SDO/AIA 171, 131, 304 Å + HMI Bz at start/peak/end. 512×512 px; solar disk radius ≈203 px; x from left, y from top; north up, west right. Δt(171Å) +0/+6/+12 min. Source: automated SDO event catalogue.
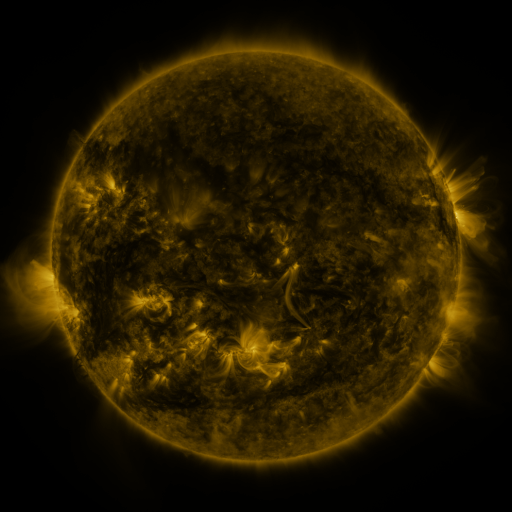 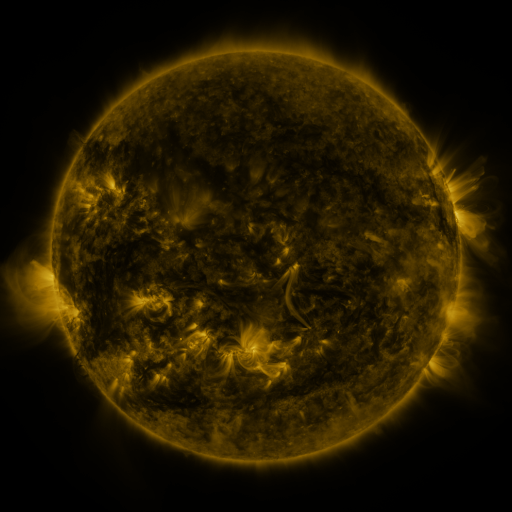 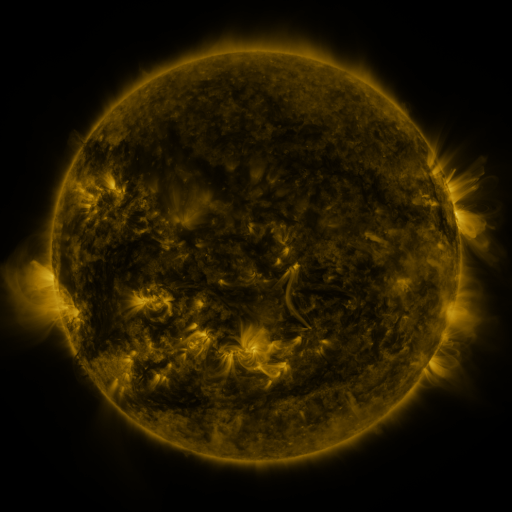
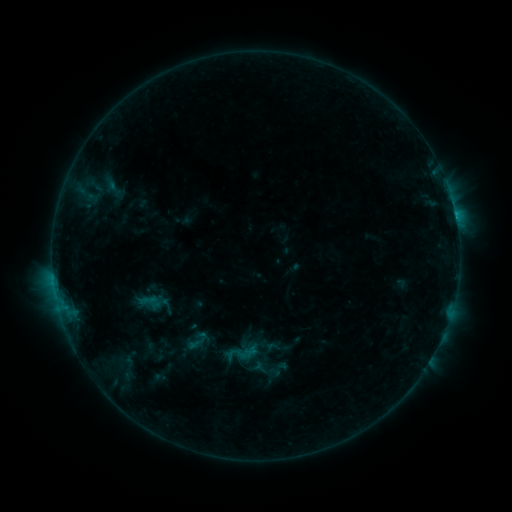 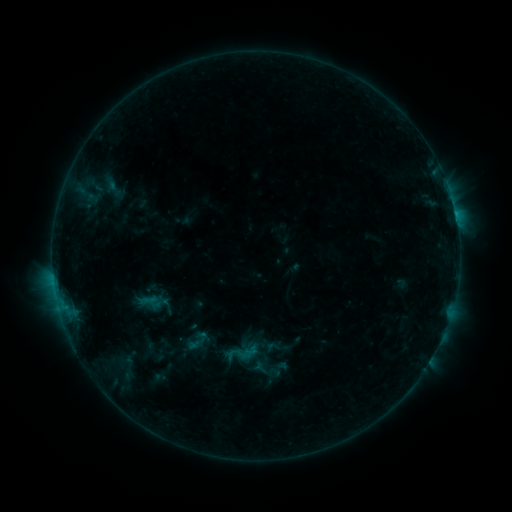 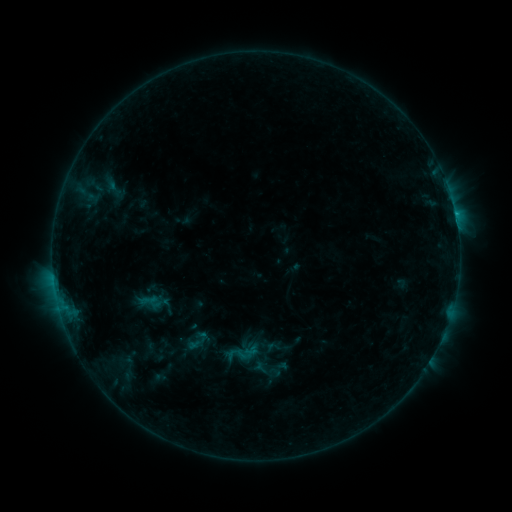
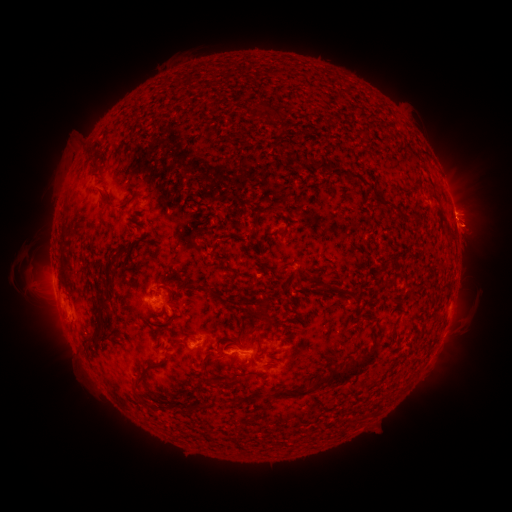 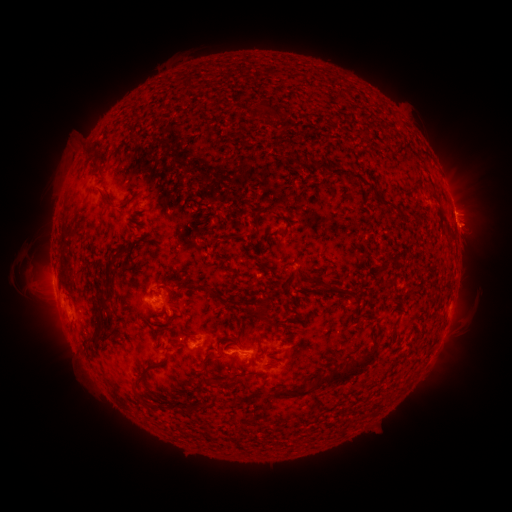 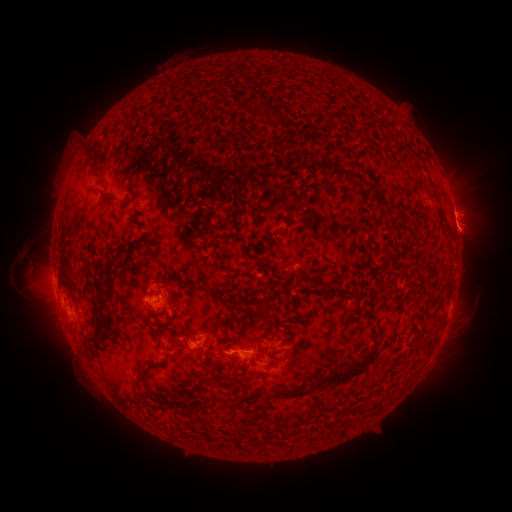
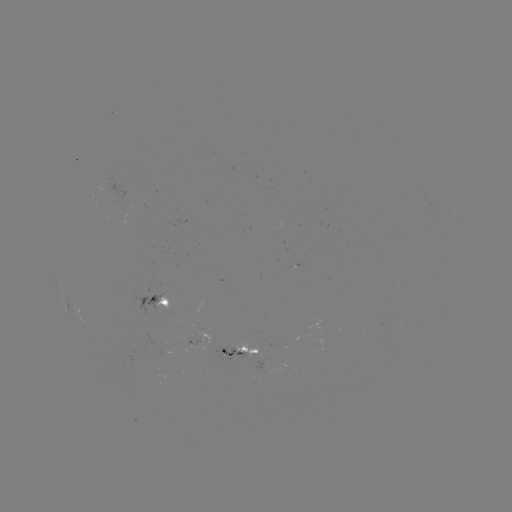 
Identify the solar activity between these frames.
eruption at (471, 235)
